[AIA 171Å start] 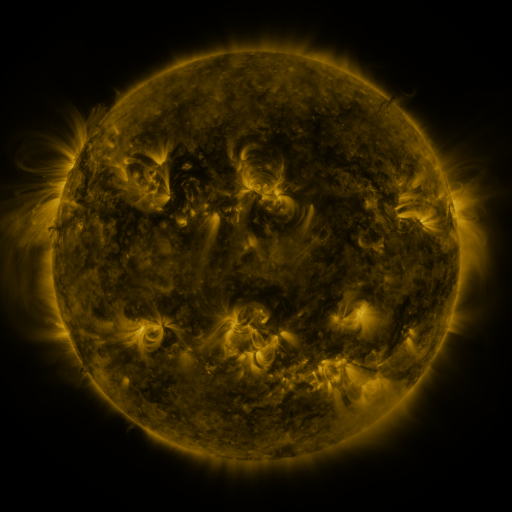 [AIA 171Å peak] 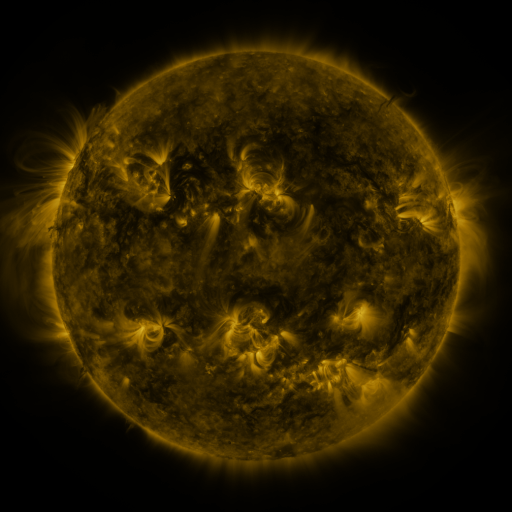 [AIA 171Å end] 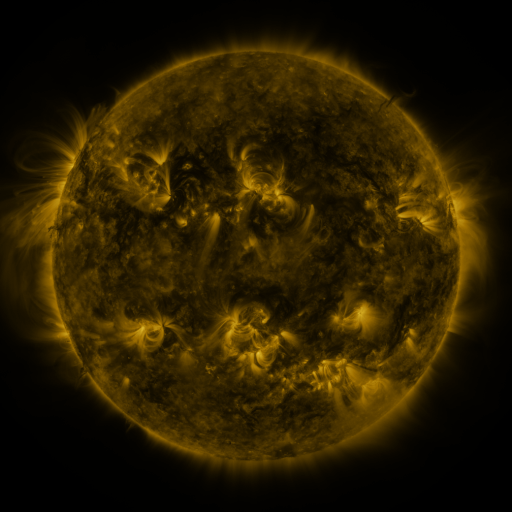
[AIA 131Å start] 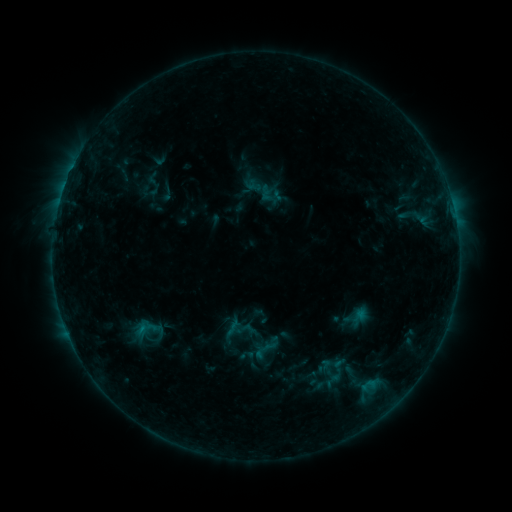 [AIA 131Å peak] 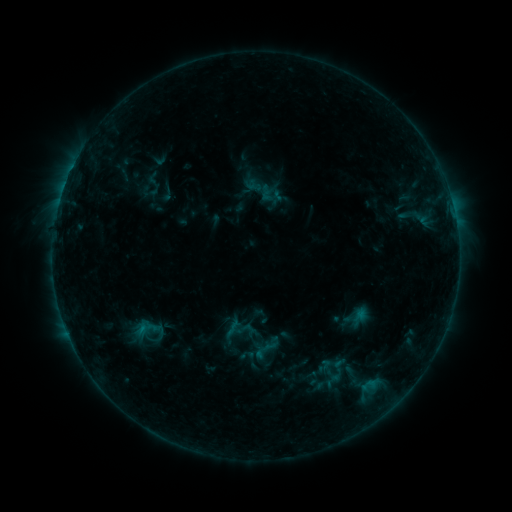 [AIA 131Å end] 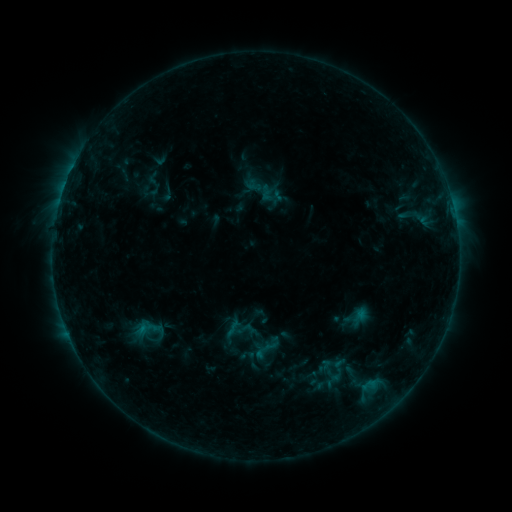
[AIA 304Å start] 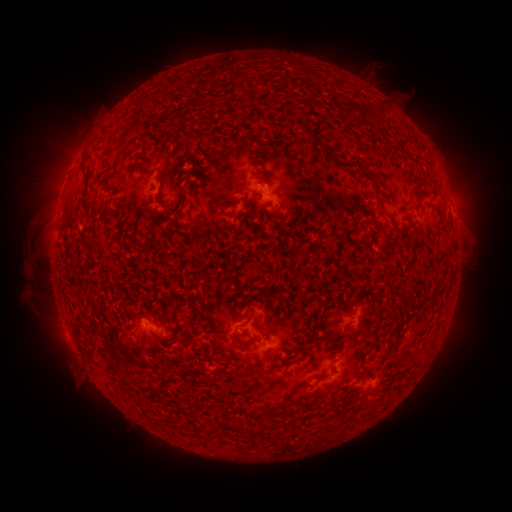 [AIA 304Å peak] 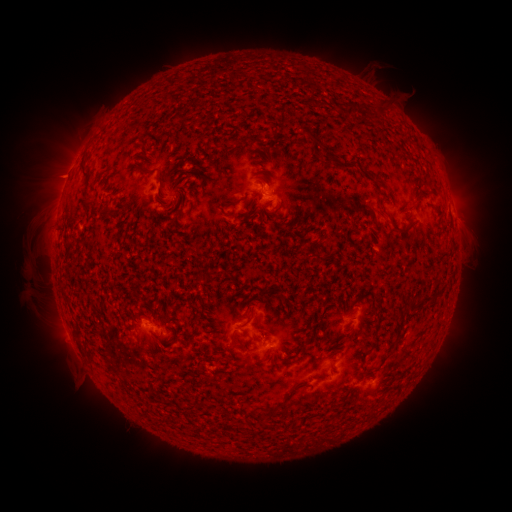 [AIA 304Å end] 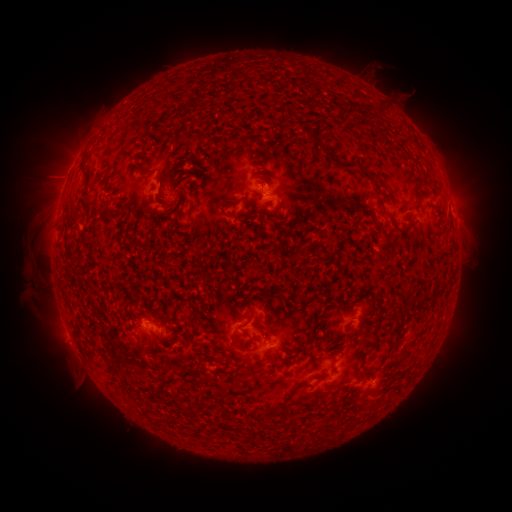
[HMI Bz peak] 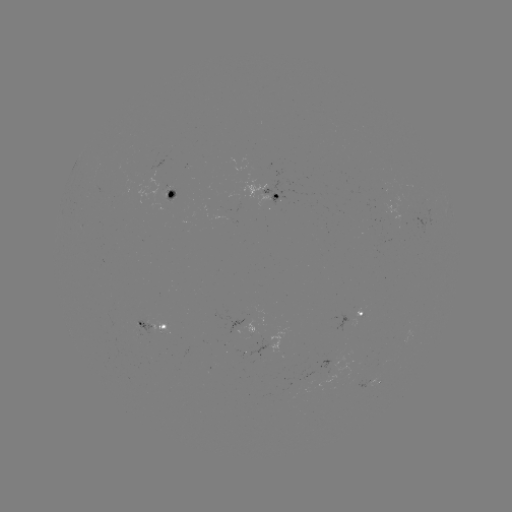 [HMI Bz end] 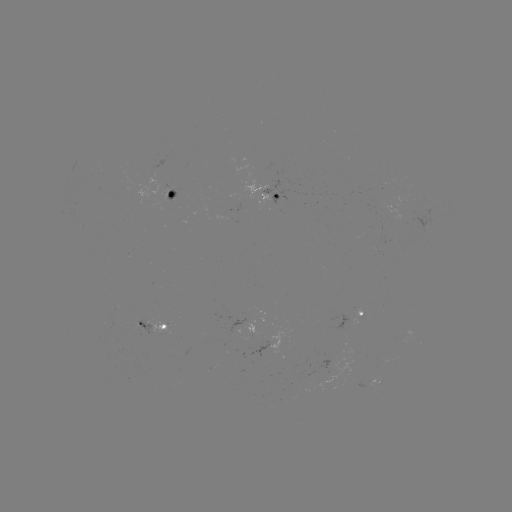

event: eruption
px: (58, 175)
